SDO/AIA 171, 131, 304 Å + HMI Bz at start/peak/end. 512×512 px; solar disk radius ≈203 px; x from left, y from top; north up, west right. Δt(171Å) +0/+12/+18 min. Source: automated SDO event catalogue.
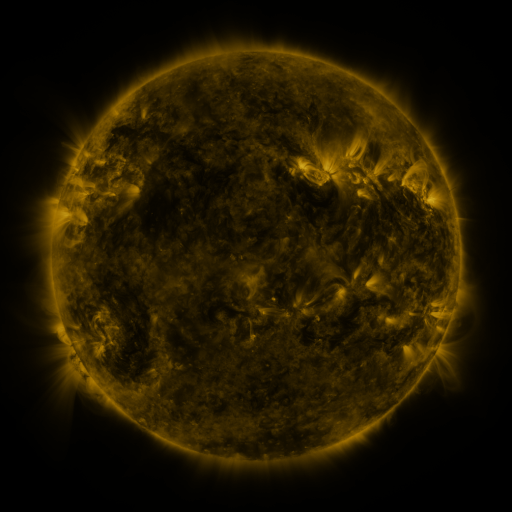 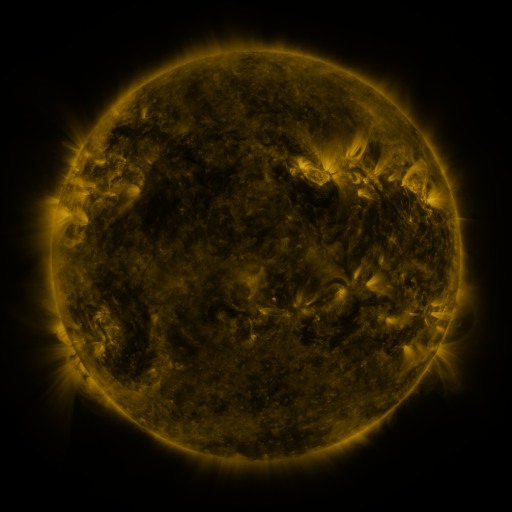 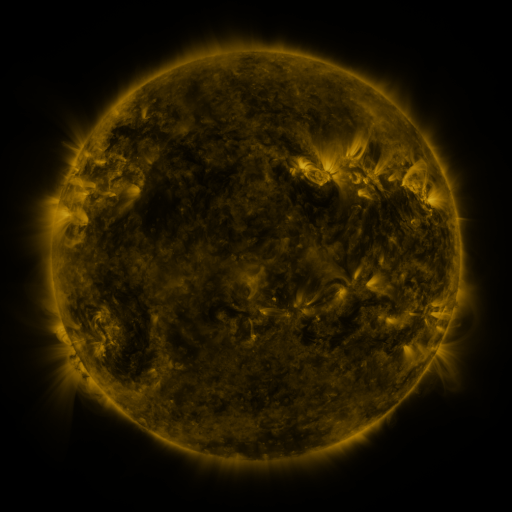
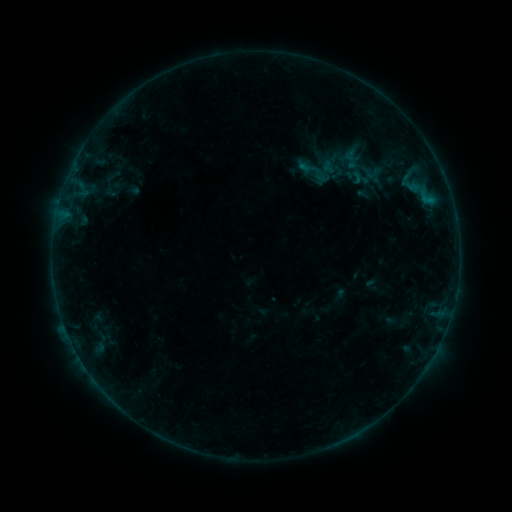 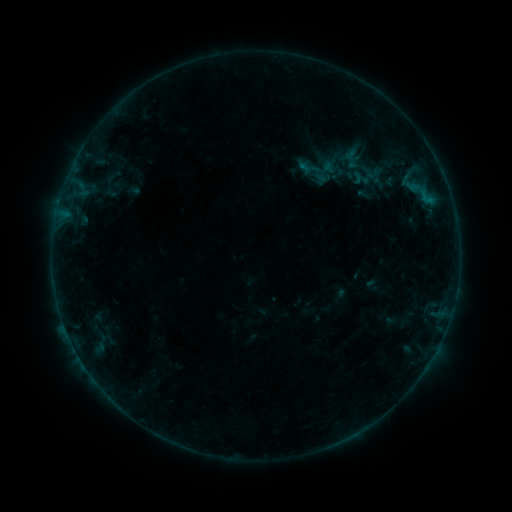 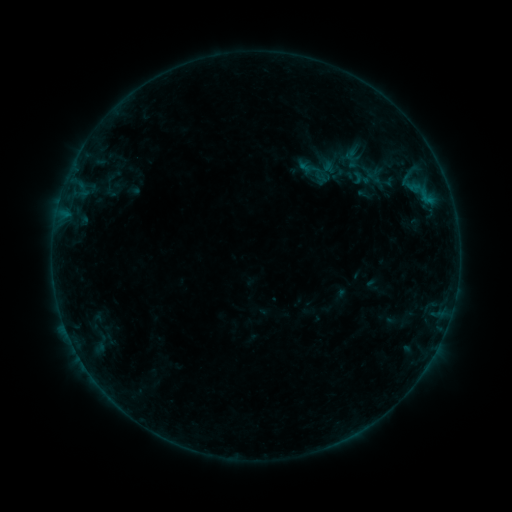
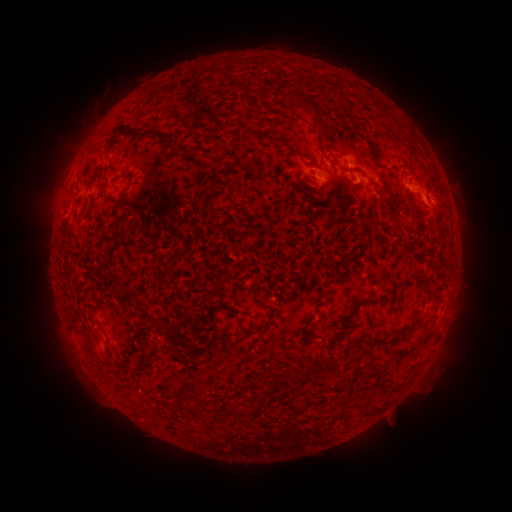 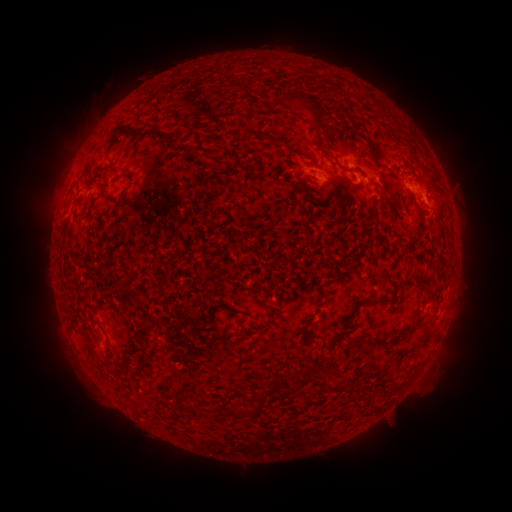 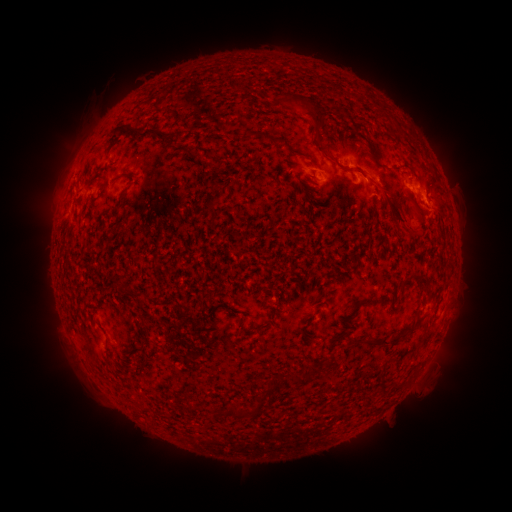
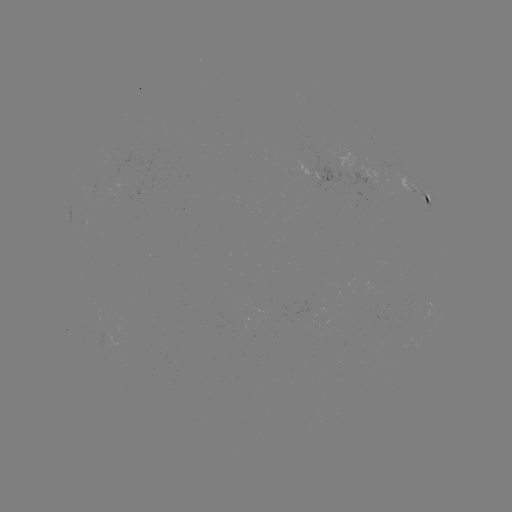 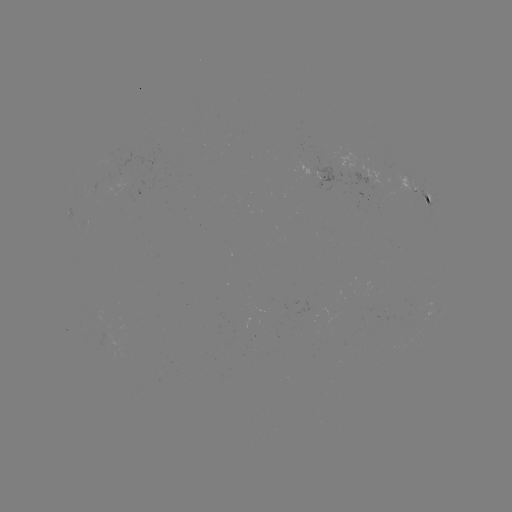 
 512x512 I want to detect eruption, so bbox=[385, 192, 433, 244].